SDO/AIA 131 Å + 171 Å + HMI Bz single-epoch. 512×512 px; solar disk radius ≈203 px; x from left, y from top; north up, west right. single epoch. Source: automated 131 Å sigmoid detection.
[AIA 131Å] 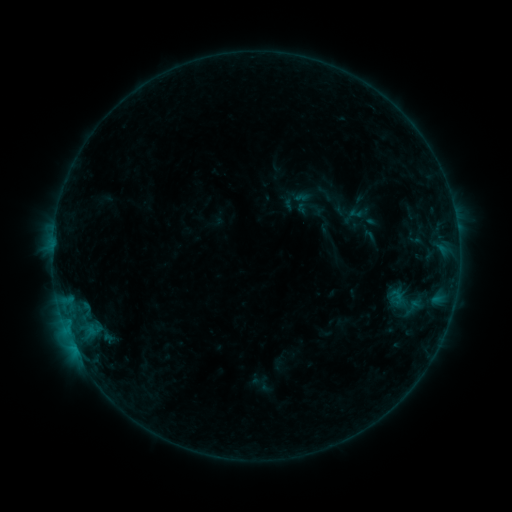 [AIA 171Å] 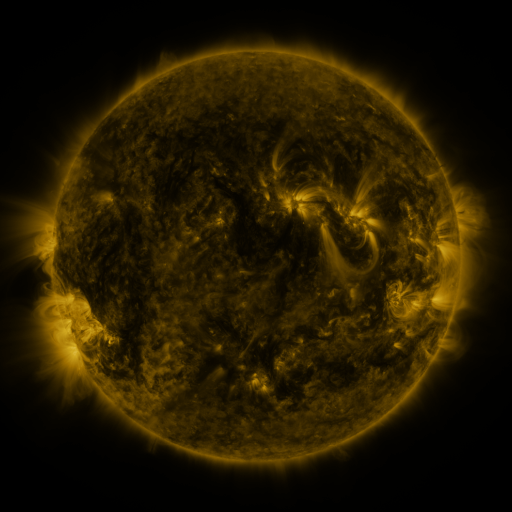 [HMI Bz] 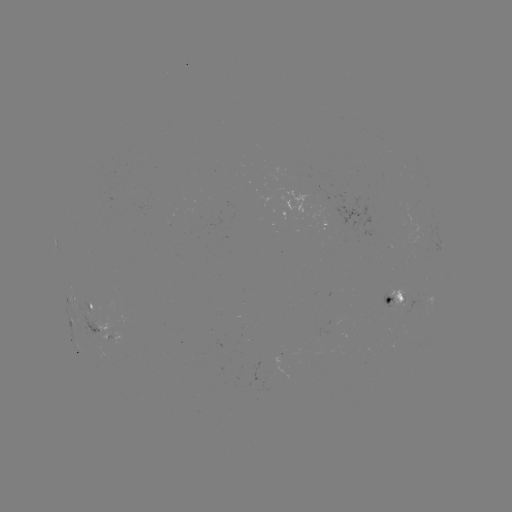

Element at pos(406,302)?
sigmoid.